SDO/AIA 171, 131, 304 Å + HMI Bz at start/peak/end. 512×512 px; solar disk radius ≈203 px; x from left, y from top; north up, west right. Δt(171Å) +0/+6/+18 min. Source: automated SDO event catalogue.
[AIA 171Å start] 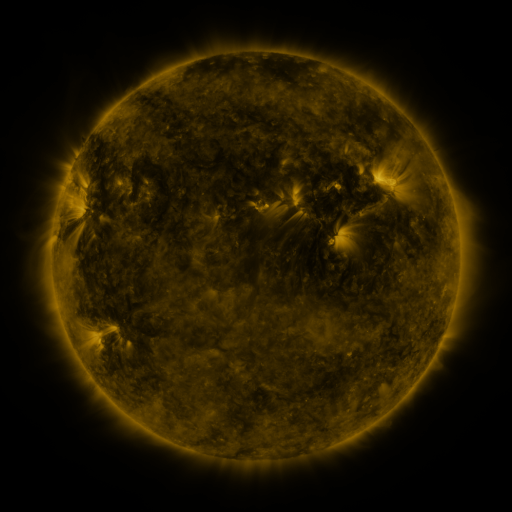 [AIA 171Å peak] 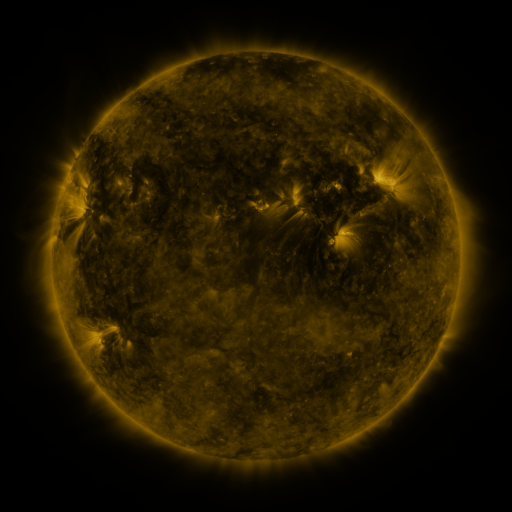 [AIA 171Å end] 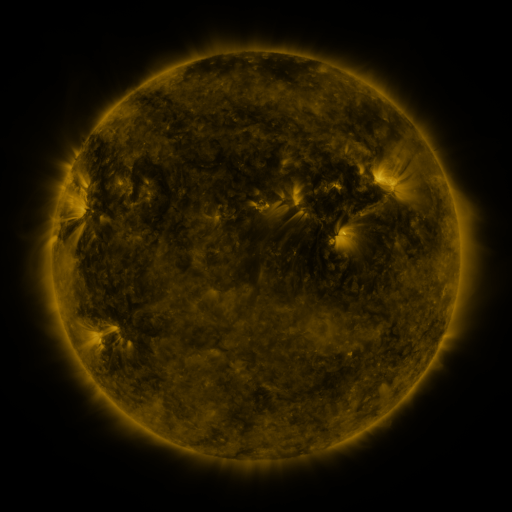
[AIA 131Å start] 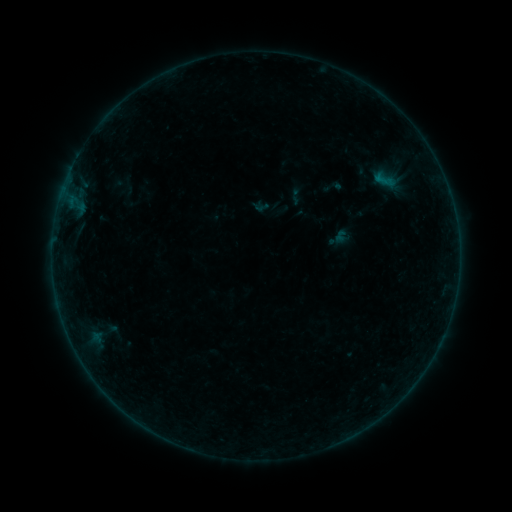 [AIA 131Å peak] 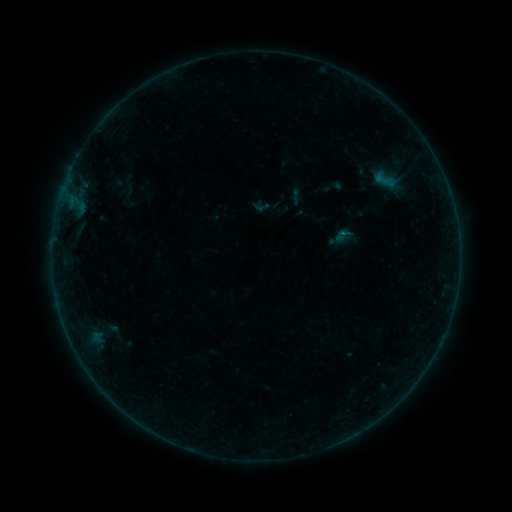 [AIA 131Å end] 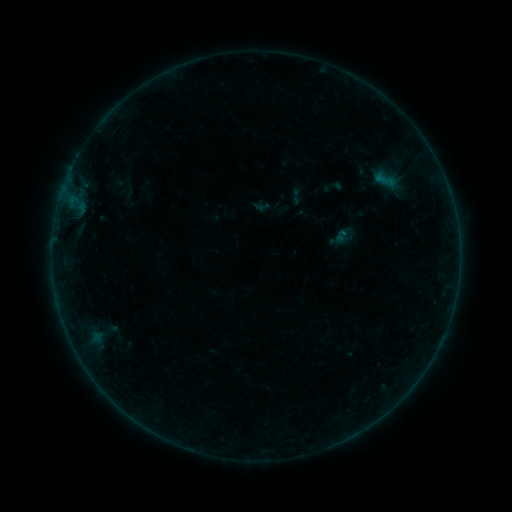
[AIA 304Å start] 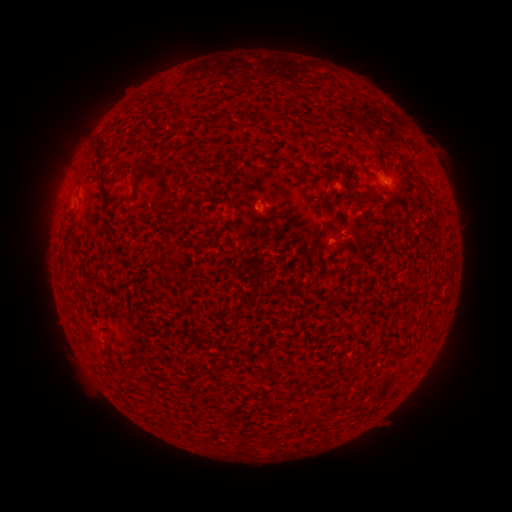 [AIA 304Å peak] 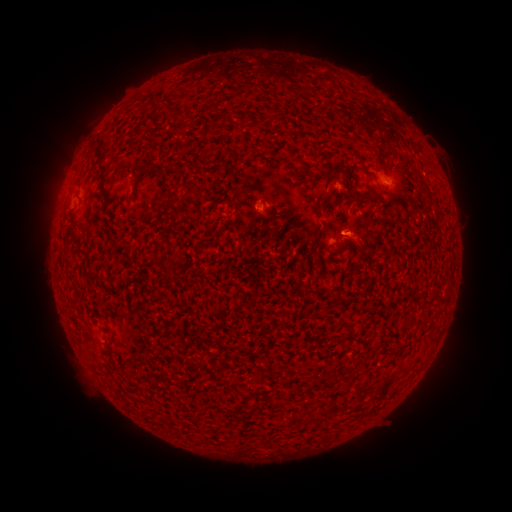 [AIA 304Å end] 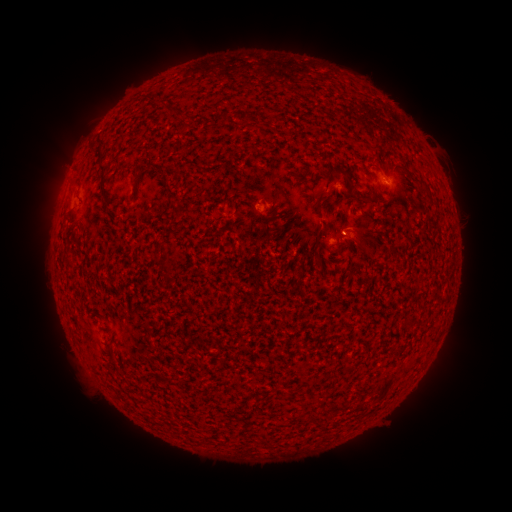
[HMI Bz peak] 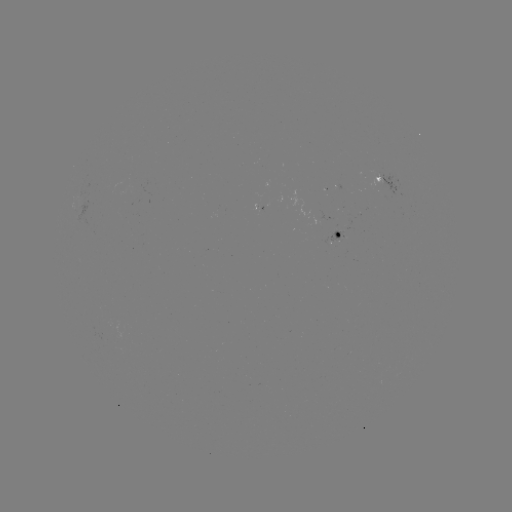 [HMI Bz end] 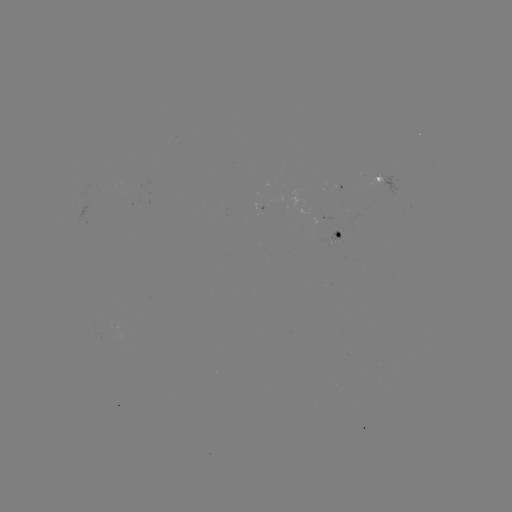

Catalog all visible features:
eruption: (364, 239)
